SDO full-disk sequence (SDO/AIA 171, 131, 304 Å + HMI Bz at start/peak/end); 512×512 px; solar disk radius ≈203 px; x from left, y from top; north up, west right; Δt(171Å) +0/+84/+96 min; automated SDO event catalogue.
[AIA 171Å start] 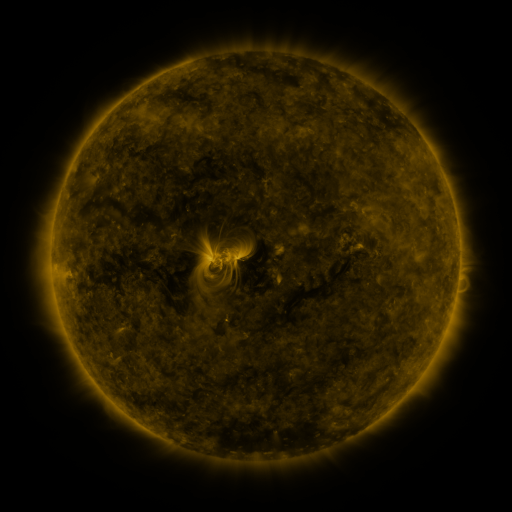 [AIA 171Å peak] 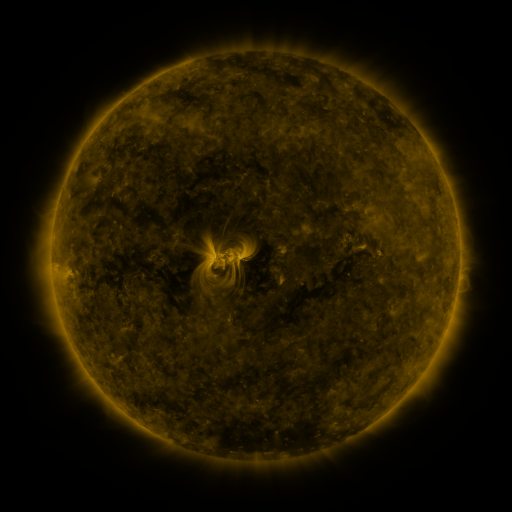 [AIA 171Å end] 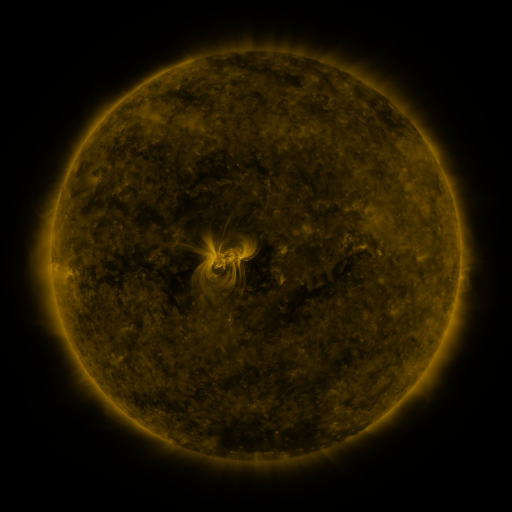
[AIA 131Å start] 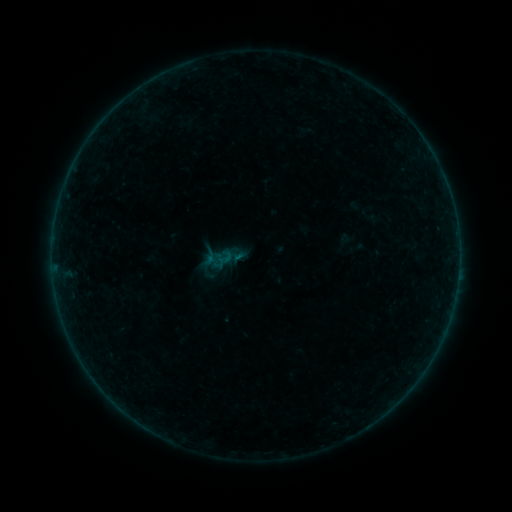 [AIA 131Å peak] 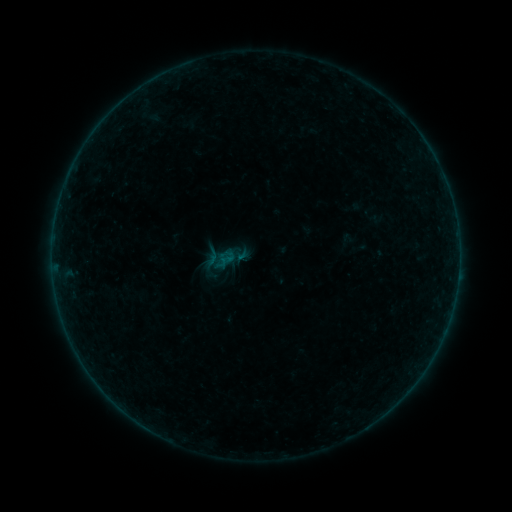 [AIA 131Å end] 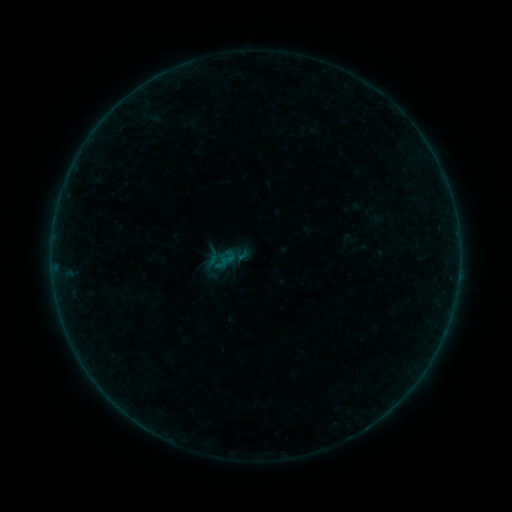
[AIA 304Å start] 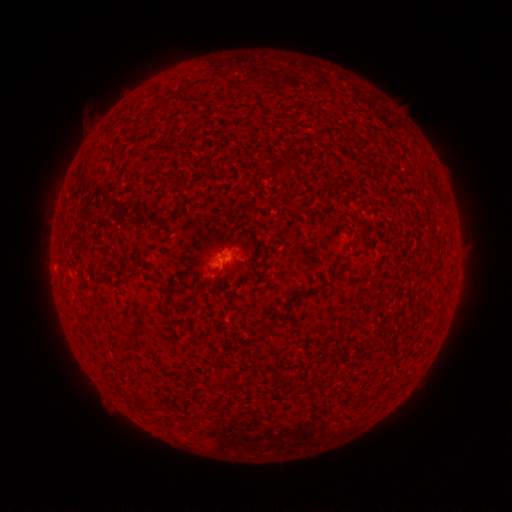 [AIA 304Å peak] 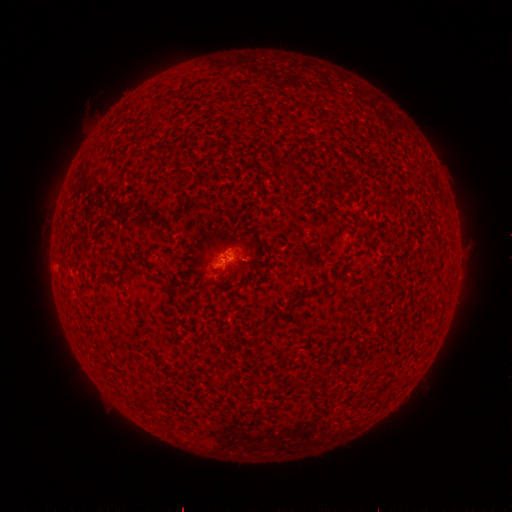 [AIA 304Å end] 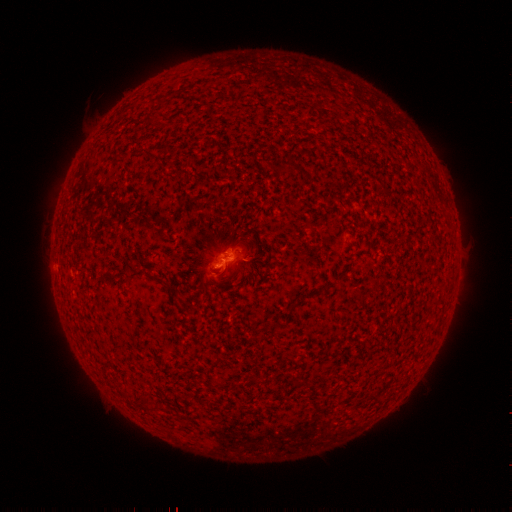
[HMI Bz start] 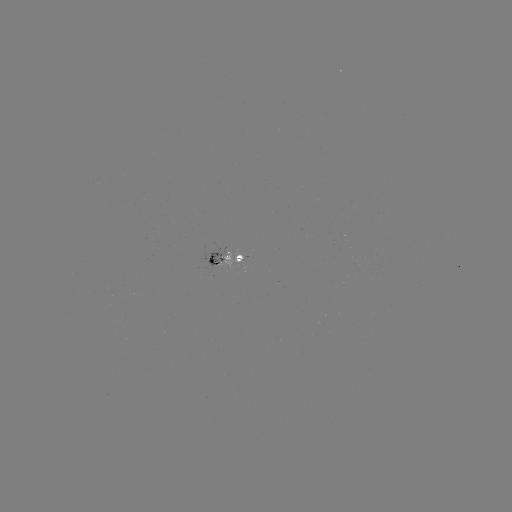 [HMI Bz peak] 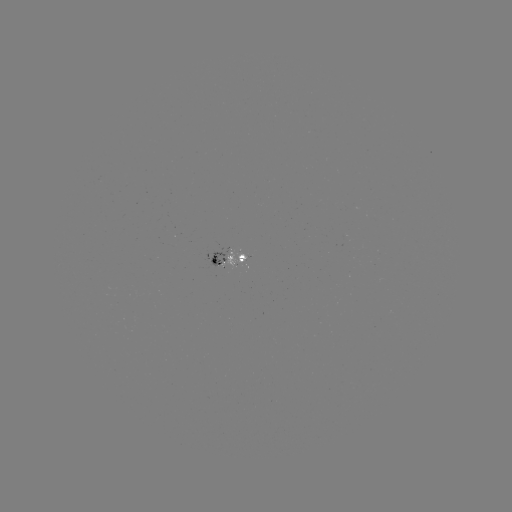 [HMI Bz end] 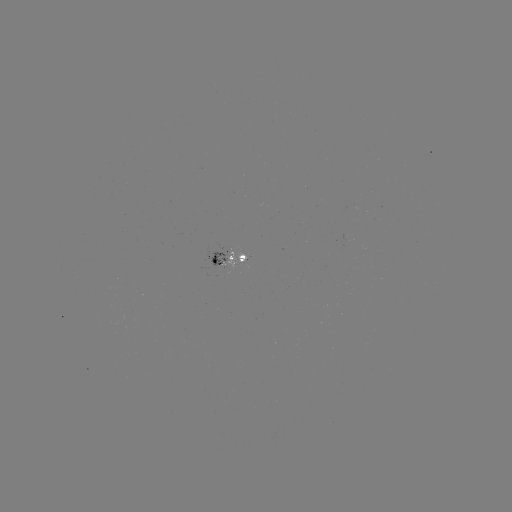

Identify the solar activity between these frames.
emerging-flux region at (242, 258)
